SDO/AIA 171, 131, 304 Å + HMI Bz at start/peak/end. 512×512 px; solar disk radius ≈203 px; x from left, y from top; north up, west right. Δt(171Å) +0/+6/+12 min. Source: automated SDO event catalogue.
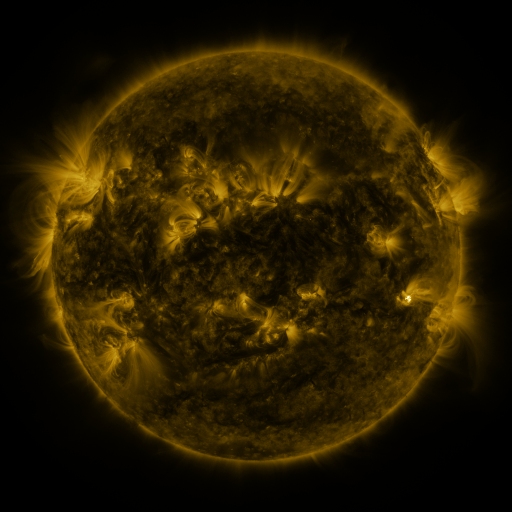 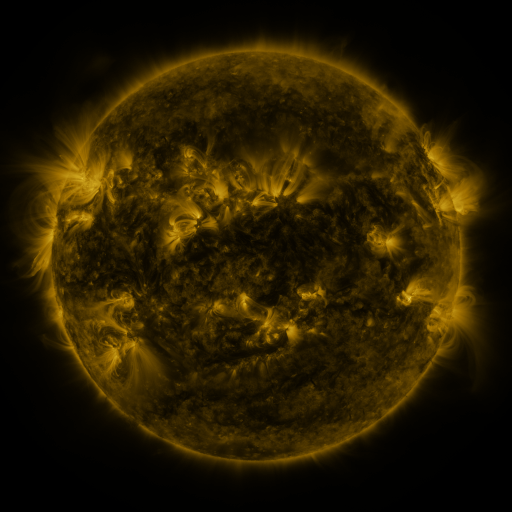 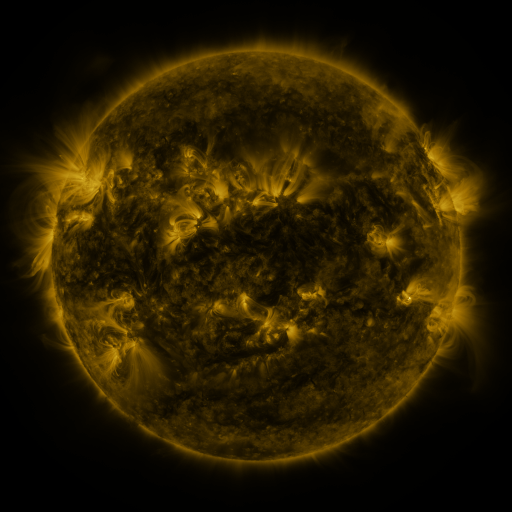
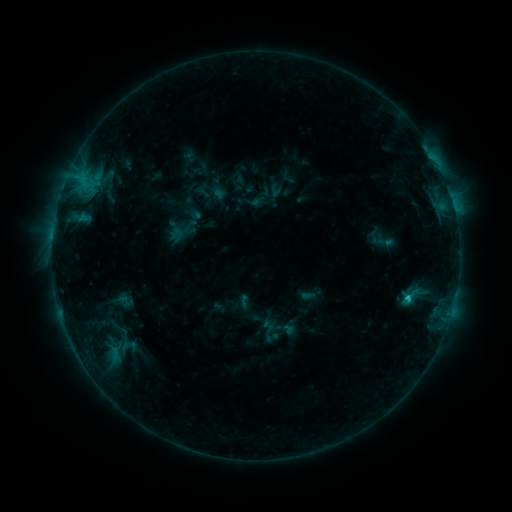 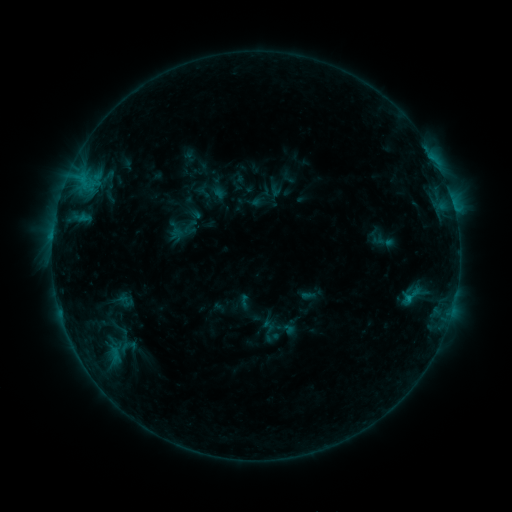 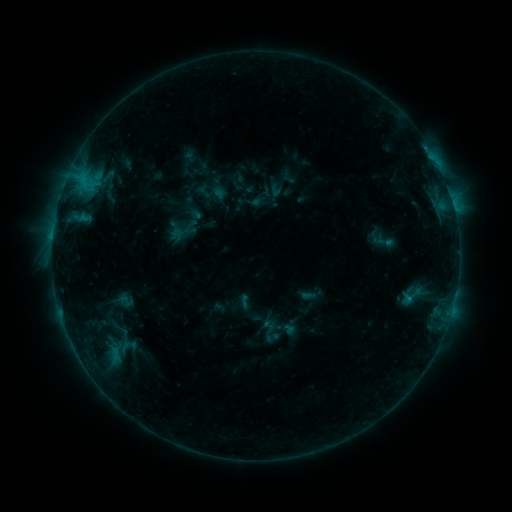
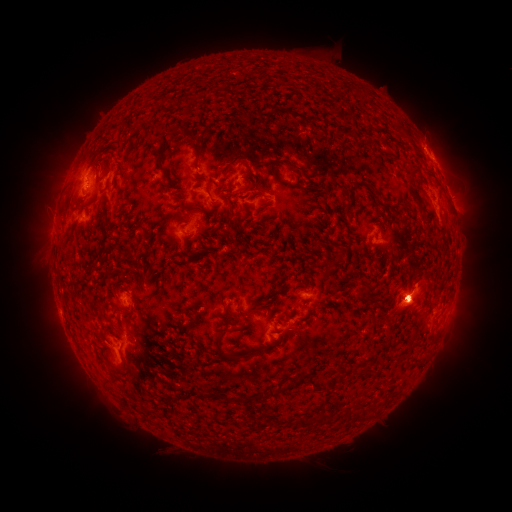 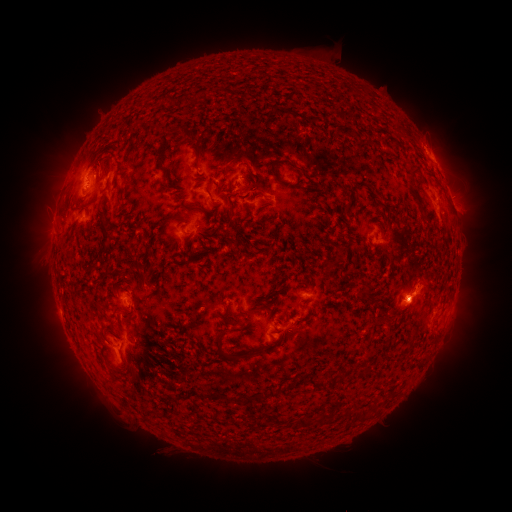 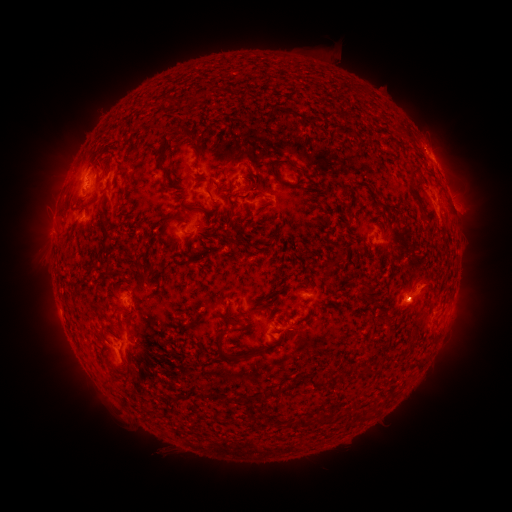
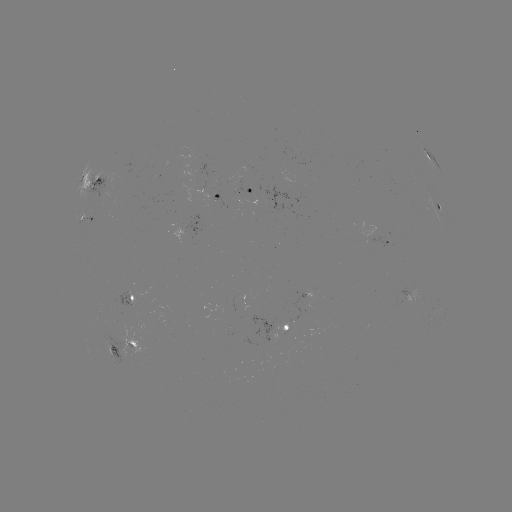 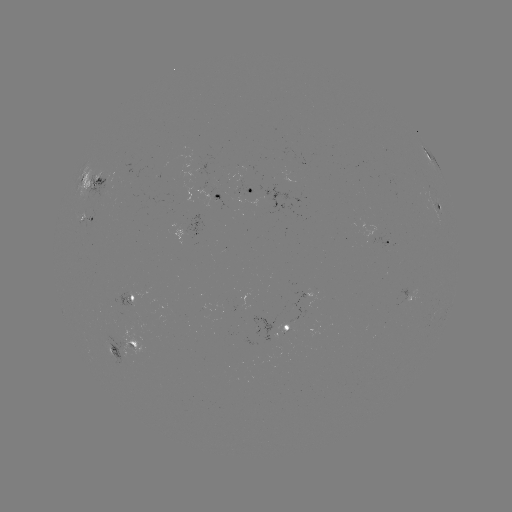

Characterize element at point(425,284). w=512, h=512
eruption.